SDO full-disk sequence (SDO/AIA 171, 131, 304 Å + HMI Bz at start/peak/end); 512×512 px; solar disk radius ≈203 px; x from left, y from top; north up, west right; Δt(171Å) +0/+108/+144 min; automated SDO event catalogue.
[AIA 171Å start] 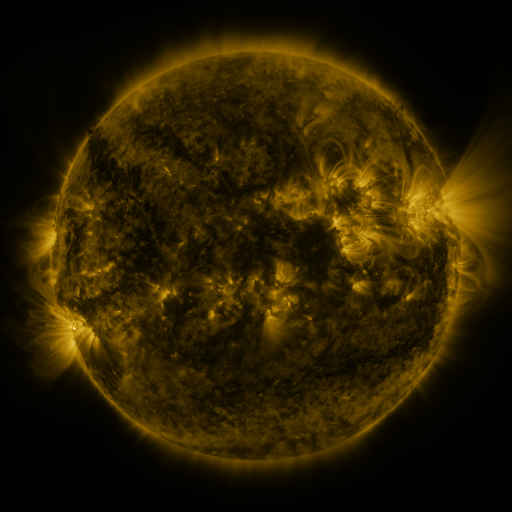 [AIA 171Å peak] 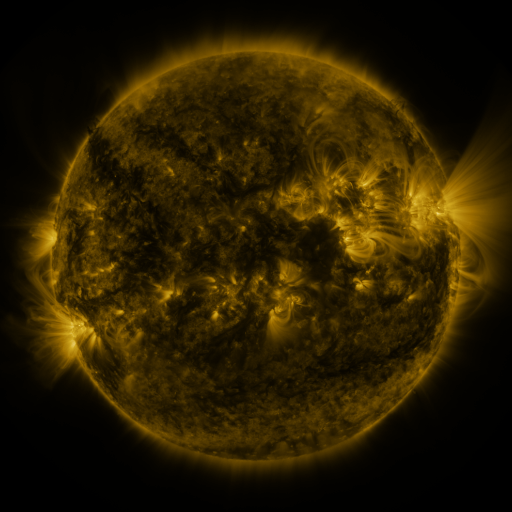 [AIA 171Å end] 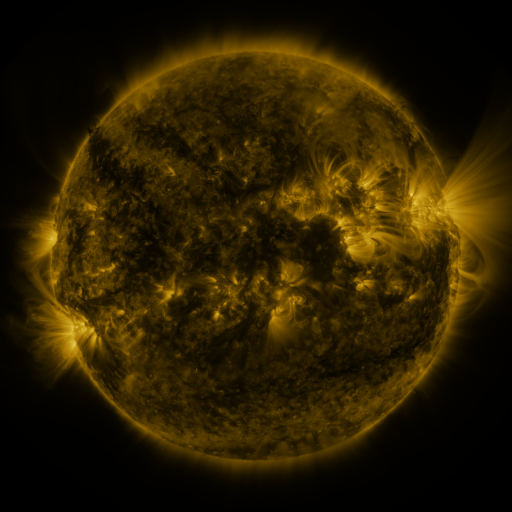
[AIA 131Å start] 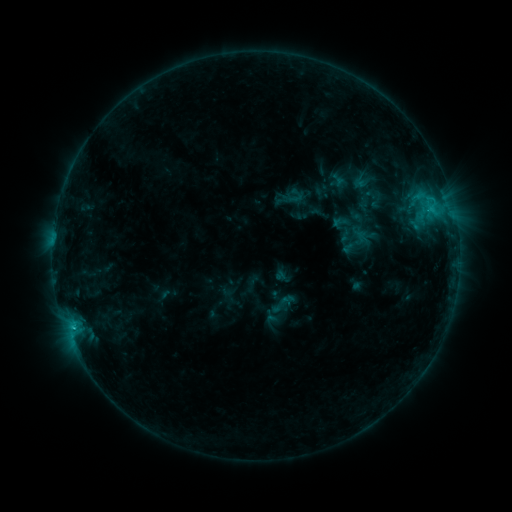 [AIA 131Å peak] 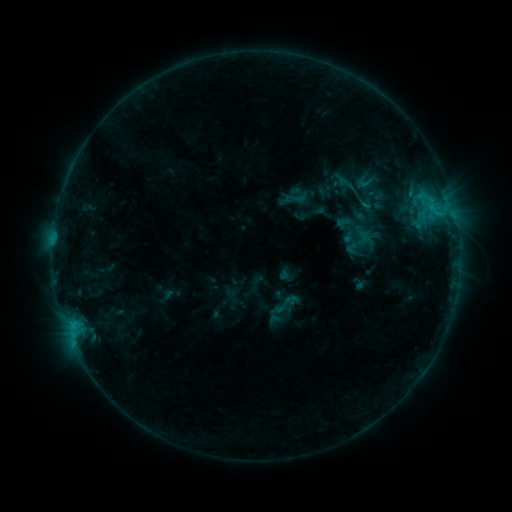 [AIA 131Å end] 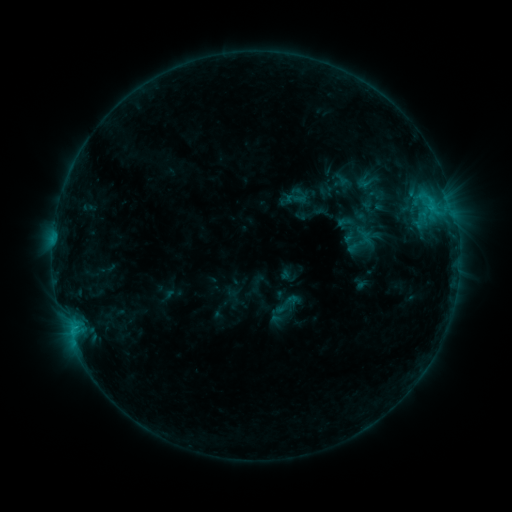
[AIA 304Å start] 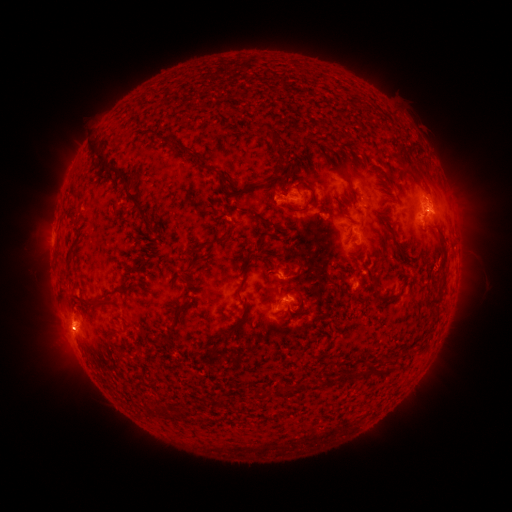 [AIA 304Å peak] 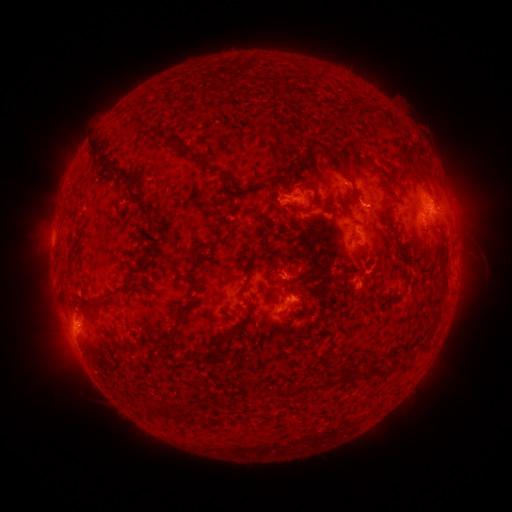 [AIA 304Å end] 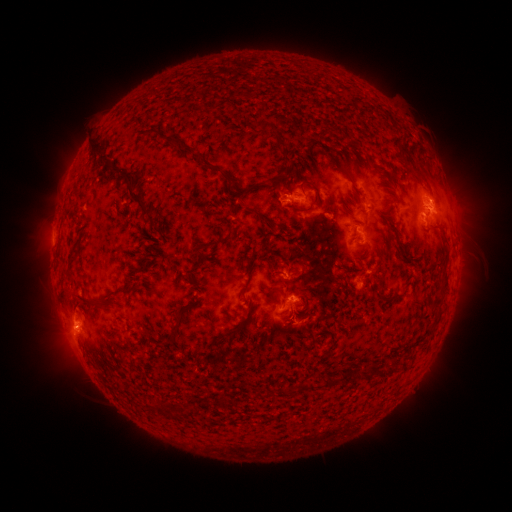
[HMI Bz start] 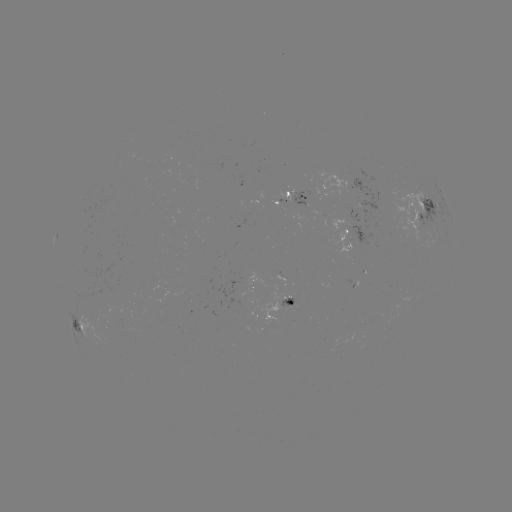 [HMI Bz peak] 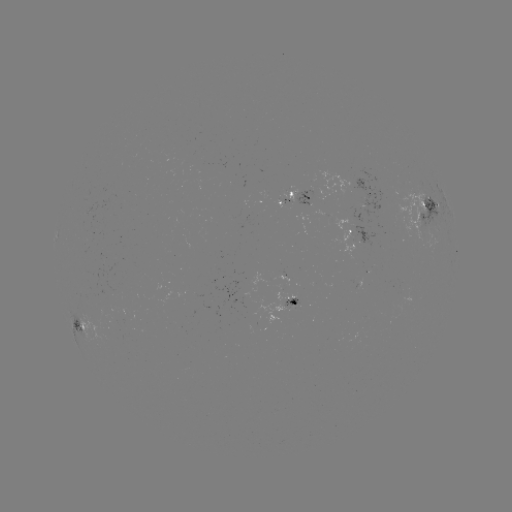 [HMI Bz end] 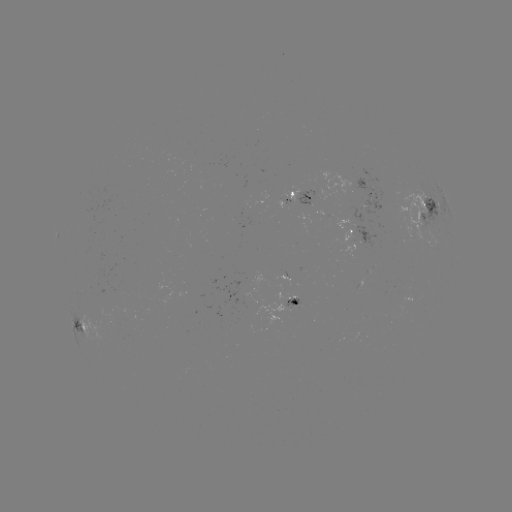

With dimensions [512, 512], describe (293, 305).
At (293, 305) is emerging-flux region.